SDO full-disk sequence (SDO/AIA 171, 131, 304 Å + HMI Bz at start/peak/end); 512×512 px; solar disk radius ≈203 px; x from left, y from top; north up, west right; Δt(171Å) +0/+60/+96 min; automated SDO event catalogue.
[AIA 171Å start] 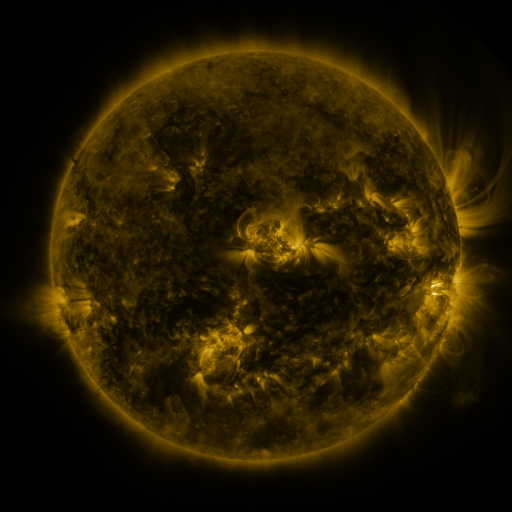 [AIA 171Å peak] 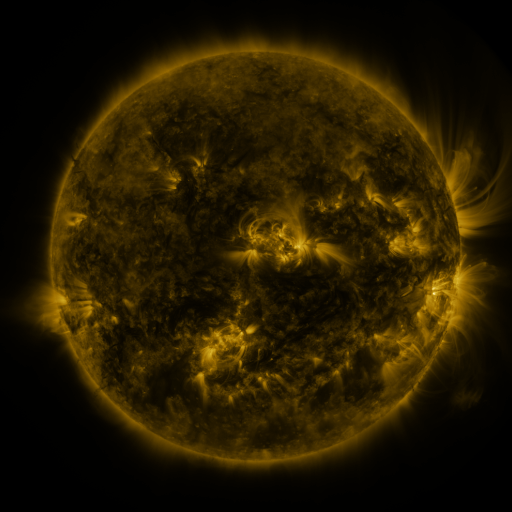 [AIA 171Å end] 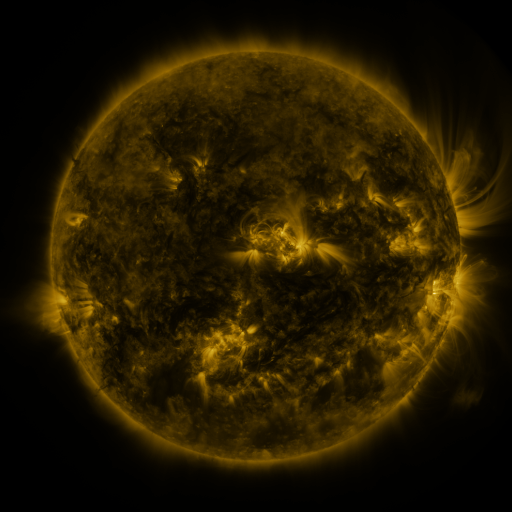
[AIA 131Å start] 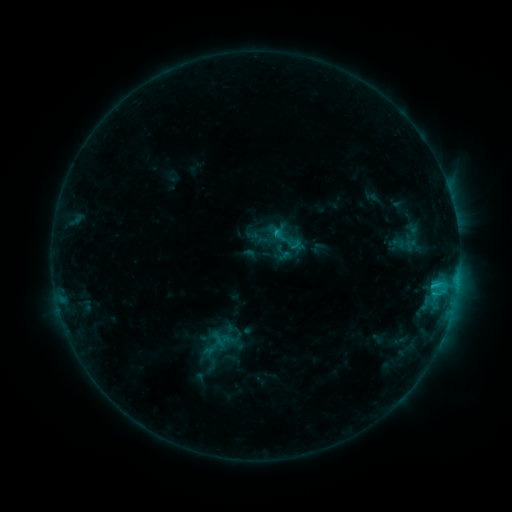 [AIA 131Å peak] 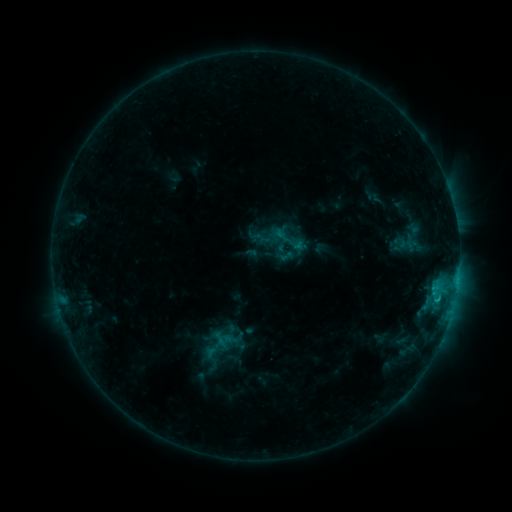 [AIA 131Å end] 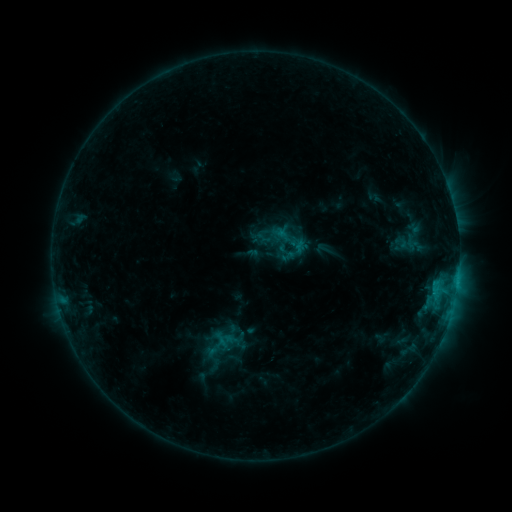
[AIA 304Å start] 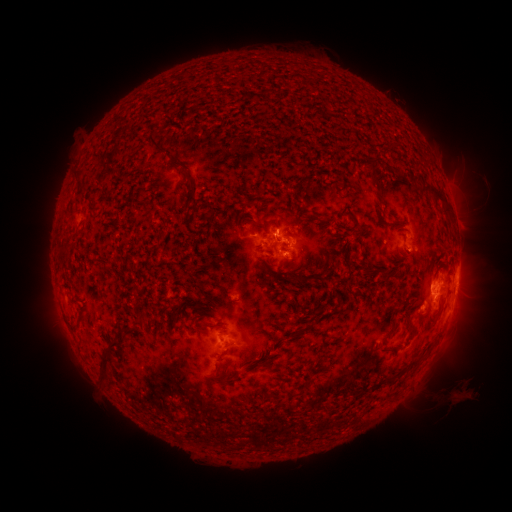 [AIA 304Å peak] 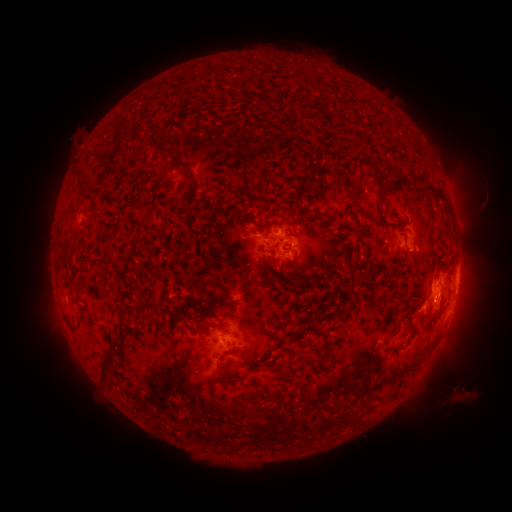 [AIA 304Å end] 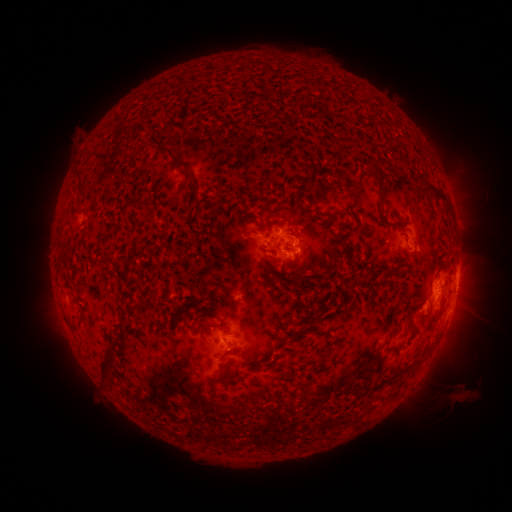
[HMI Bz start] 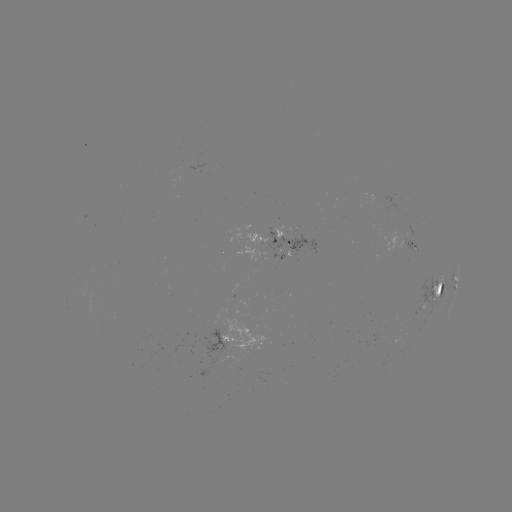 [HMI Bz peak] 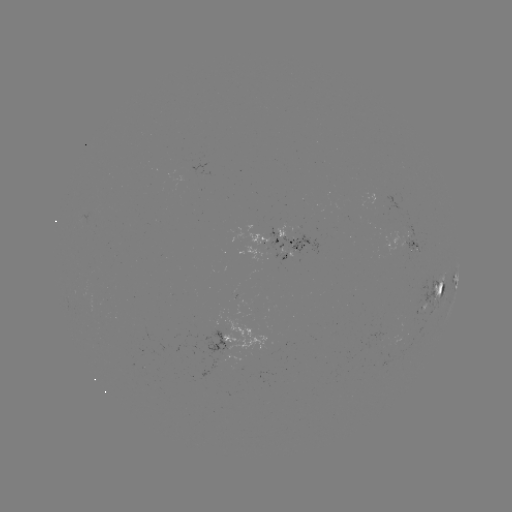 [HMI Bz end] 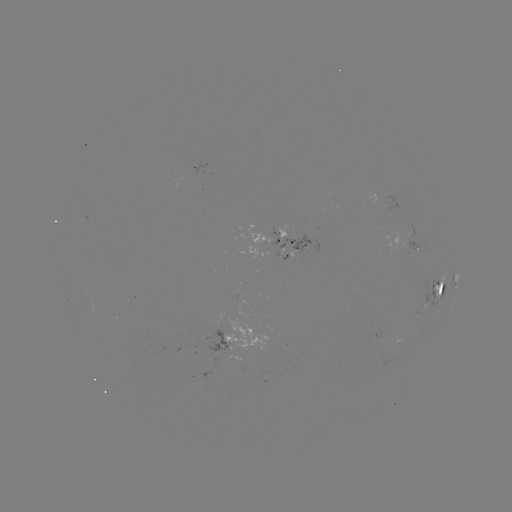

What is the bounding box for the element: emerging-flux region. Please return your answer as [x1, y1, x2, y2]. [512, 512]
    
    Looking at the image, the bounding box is [418, 303, 426, 314].